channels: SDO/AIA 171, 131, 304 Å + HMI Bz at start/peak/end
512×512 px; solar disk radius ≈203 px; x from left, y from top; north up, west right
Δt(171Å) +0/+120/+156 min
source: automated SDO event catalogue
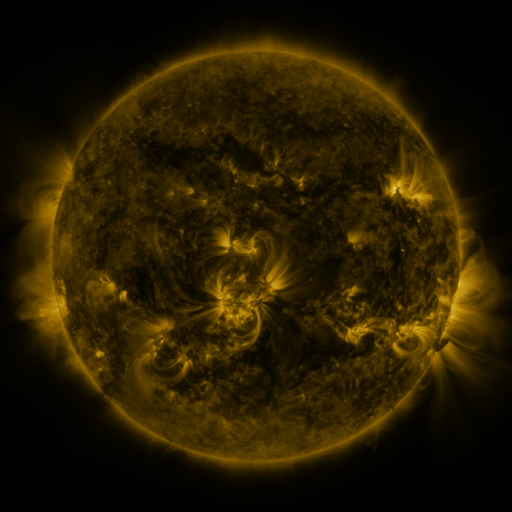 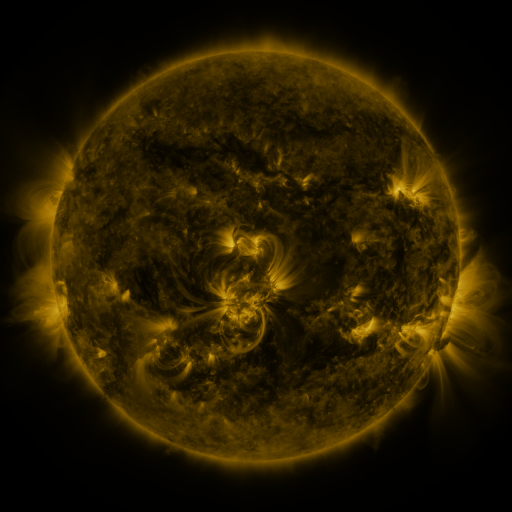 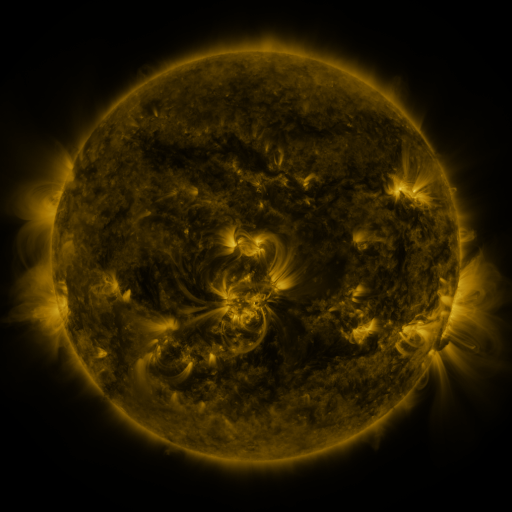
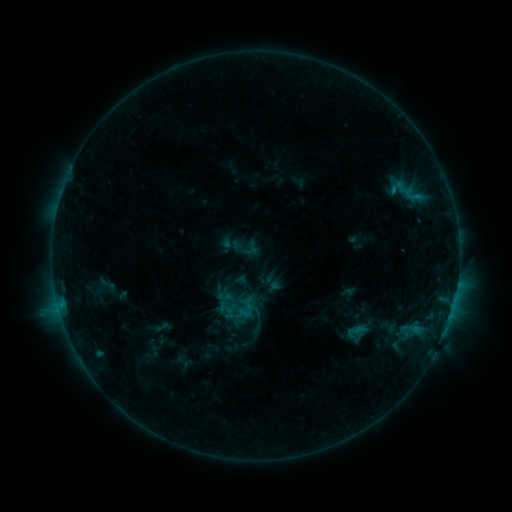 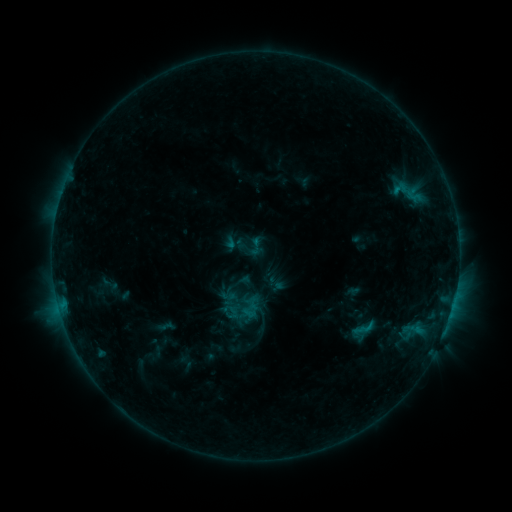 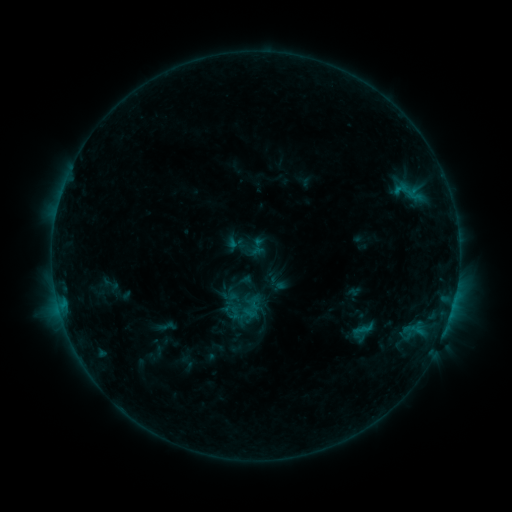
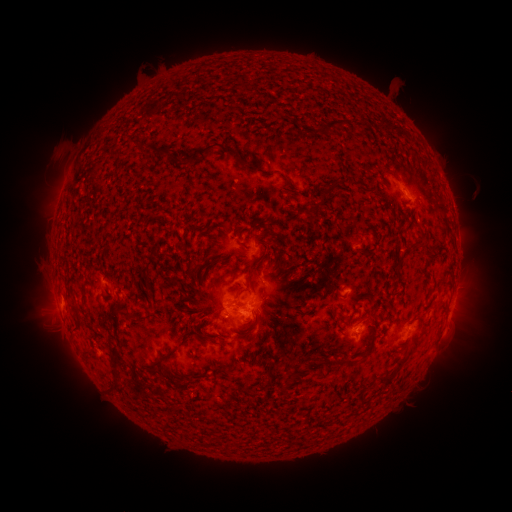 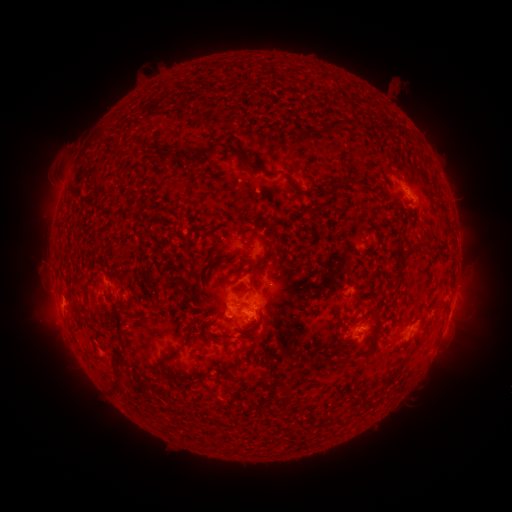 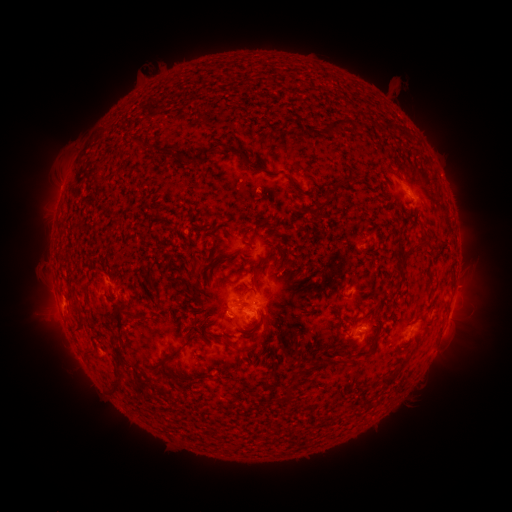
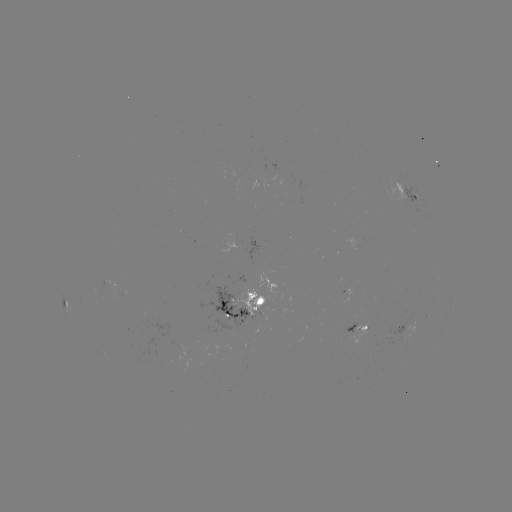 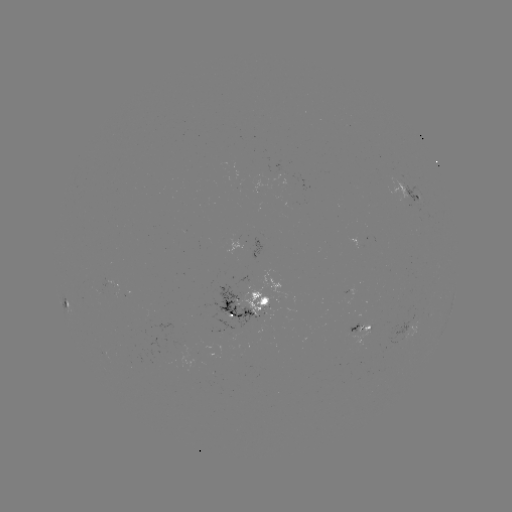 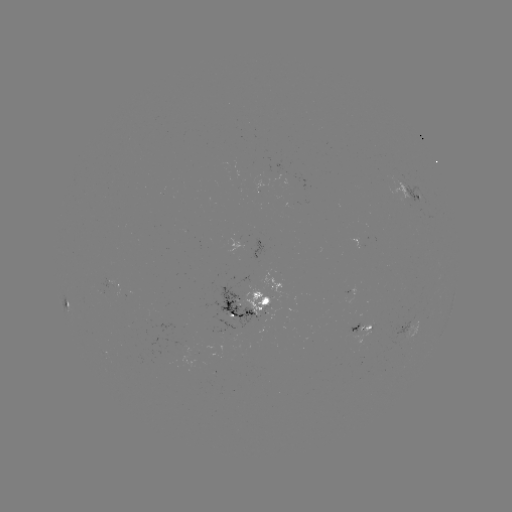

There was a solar emerging-flux region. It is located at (262, 305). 